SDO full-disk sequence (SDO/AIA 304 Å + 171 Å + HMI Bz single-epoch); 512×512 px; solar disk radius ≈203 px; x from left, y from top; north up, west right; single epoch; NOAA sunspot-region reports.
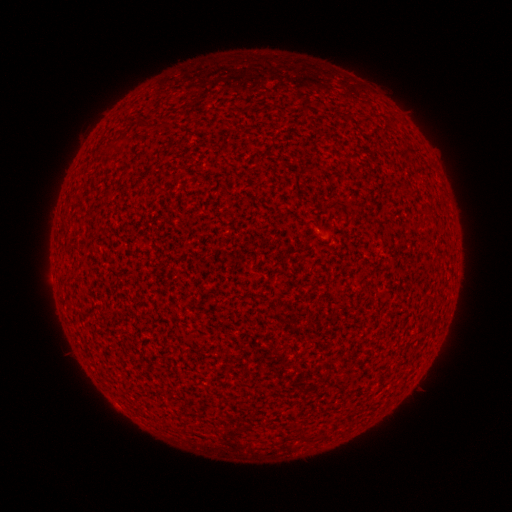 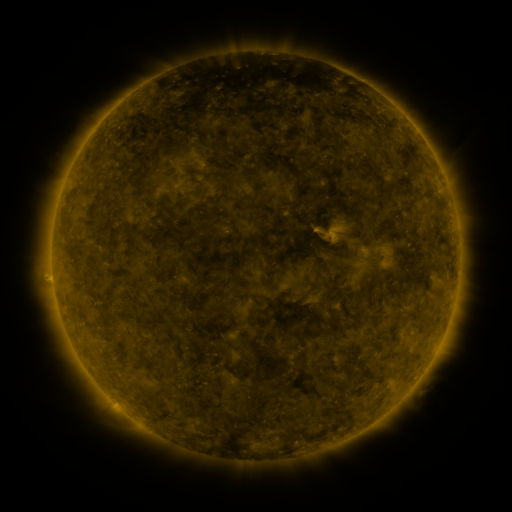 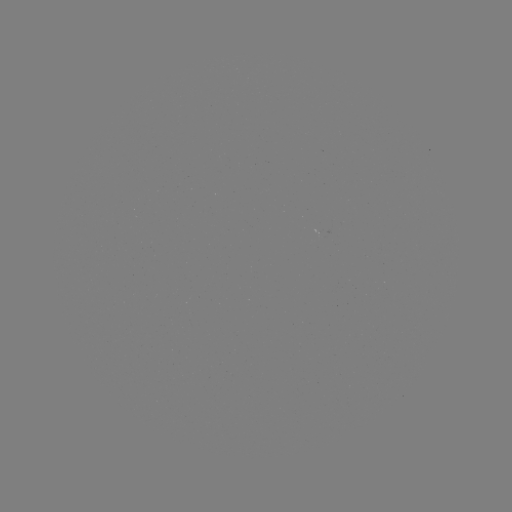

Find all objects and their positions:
(none)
